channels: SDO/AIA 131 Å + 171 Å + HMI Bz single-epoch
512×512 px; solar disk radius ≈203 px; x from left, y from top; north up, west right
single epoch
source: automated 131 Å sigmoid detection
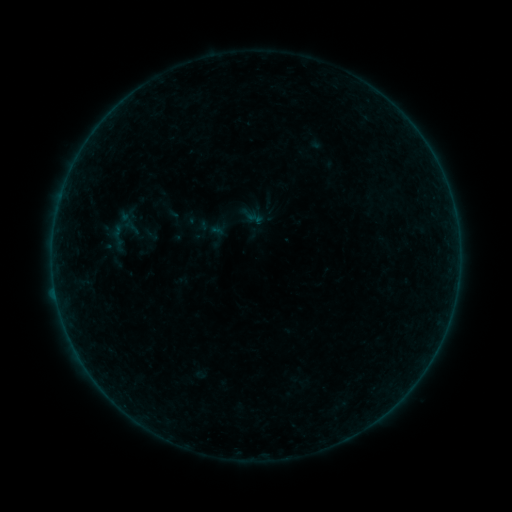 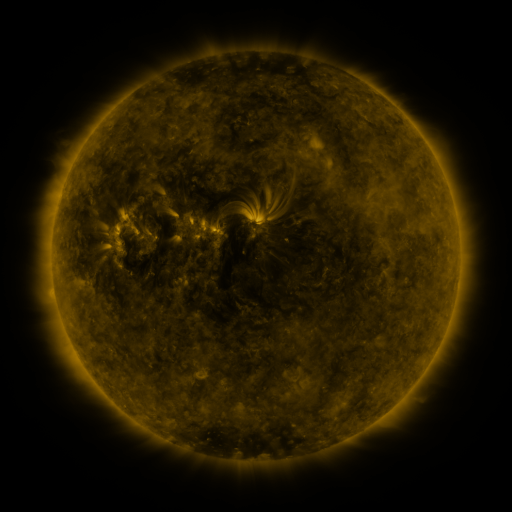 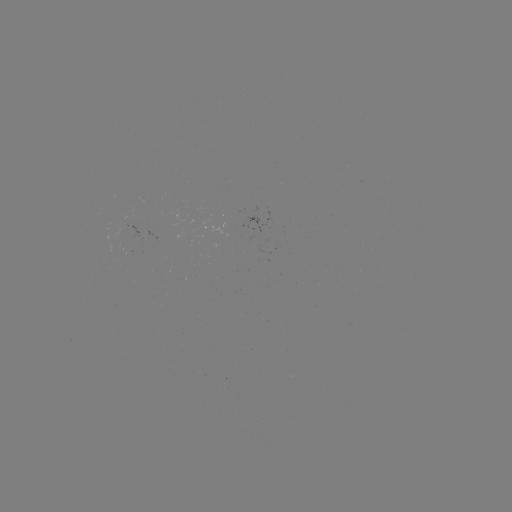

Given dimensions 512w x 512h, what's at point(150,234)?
sigmoid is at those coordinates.